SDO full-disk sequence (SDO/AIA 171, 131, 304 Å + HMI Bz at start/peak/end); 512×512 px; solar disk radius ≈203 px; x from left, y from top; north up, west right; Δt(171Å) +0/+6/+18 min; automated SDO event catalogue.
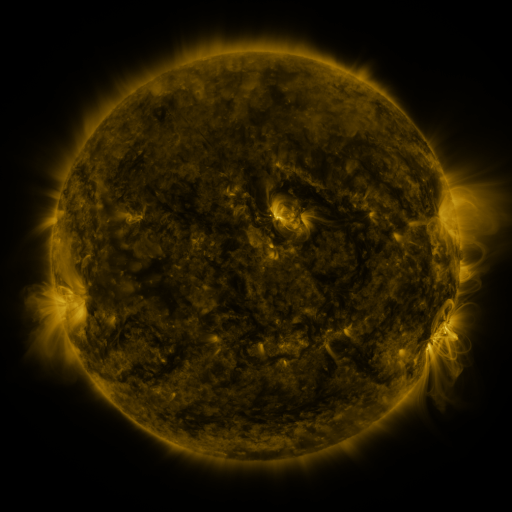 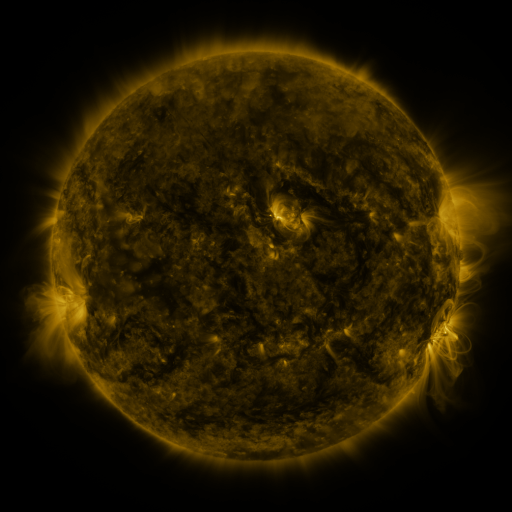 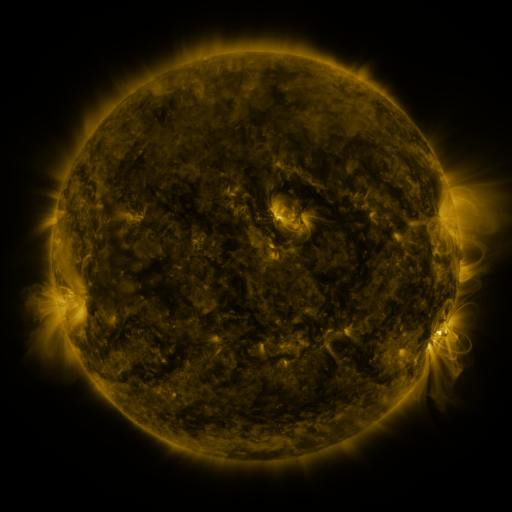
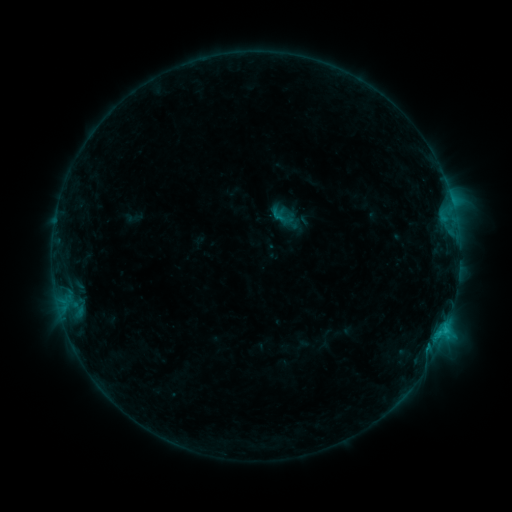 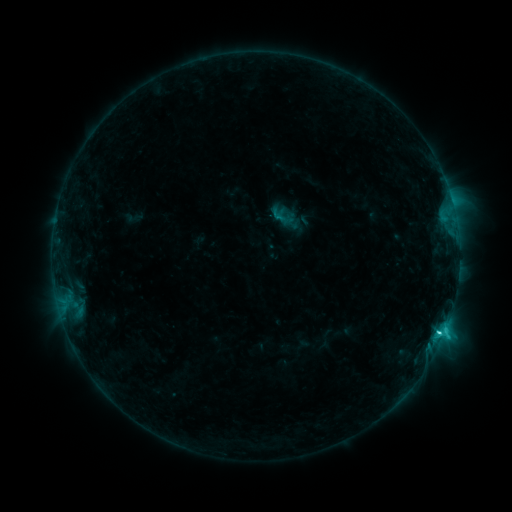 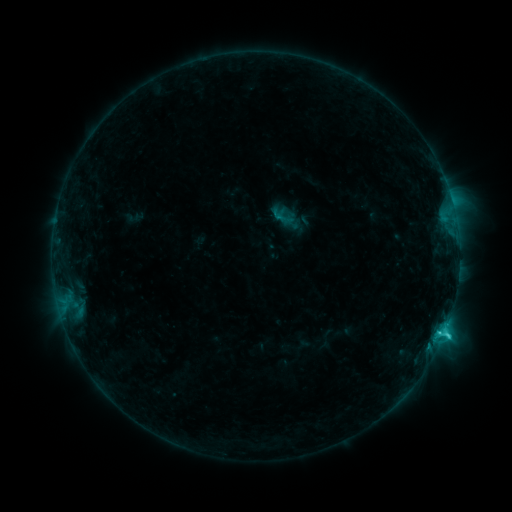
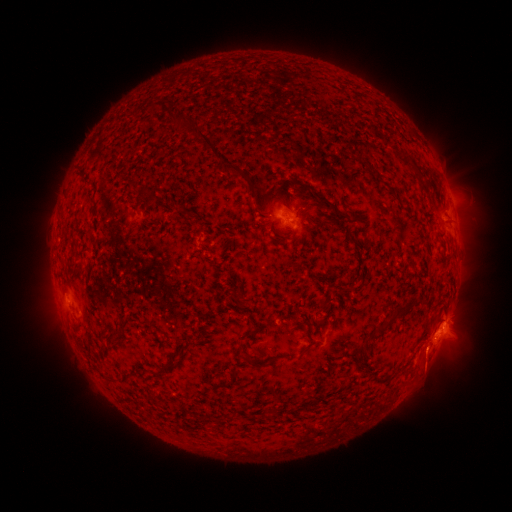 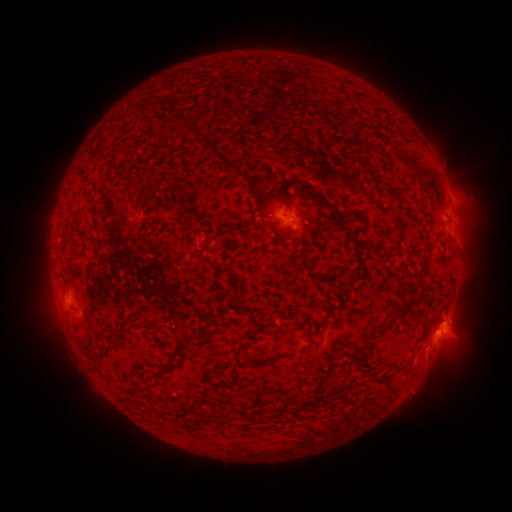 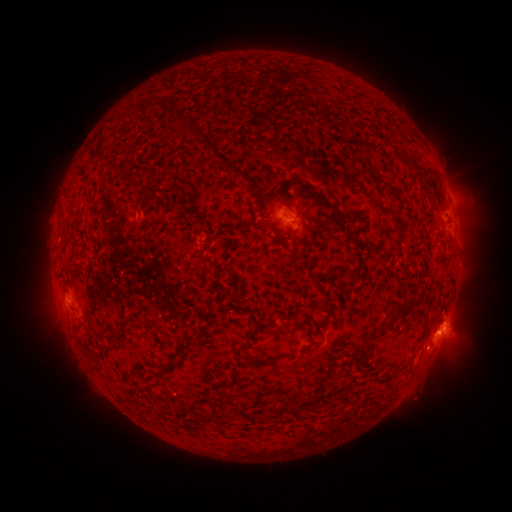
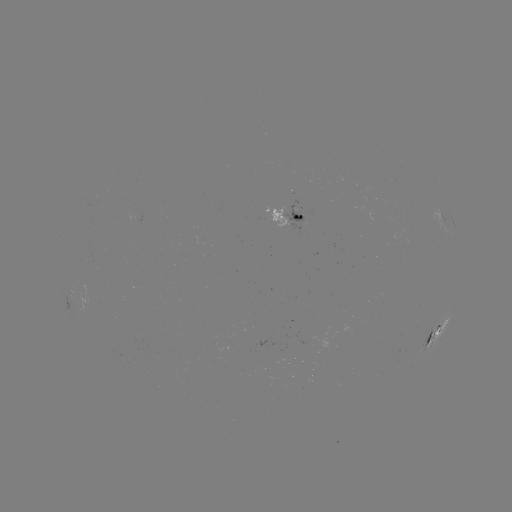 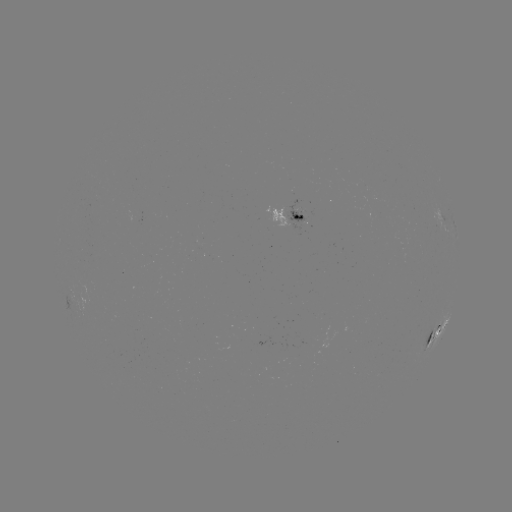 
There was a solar flare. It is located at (439, 331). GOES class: C3.0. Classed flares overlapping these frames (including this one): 1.